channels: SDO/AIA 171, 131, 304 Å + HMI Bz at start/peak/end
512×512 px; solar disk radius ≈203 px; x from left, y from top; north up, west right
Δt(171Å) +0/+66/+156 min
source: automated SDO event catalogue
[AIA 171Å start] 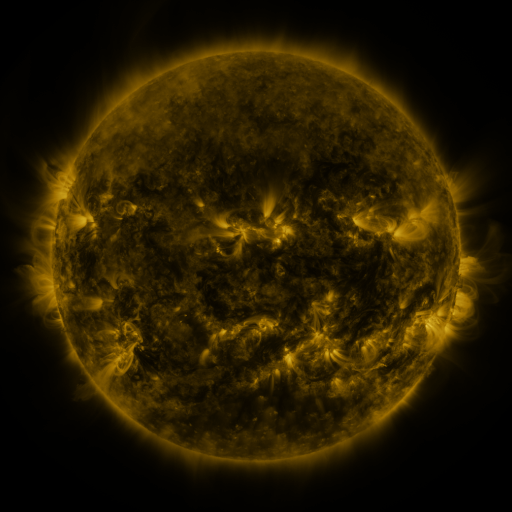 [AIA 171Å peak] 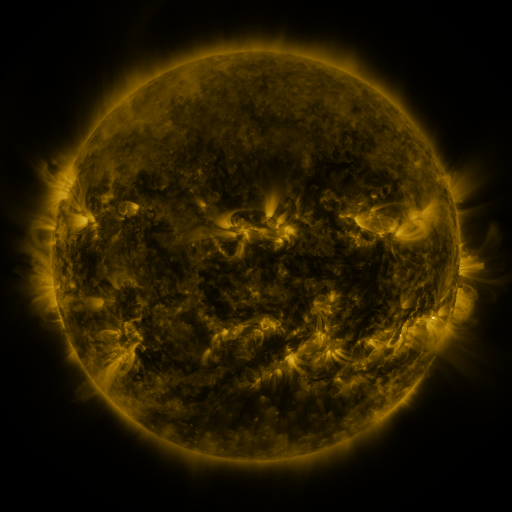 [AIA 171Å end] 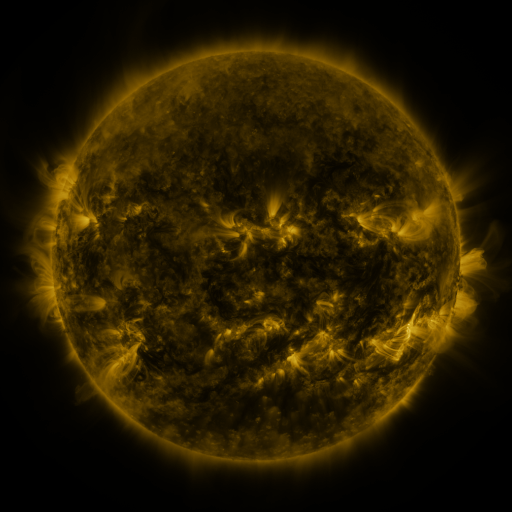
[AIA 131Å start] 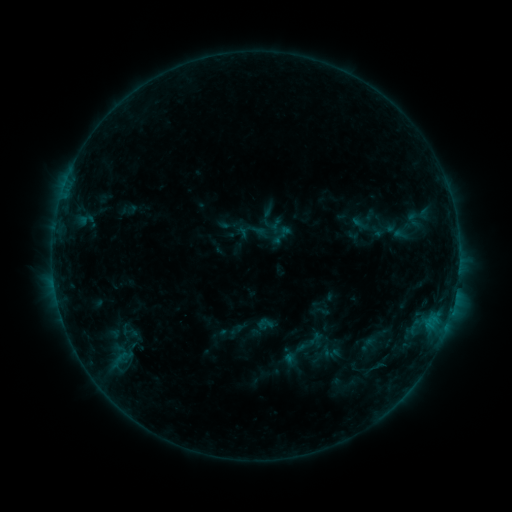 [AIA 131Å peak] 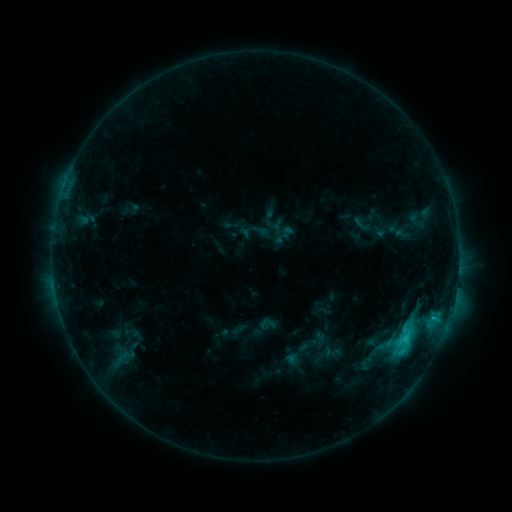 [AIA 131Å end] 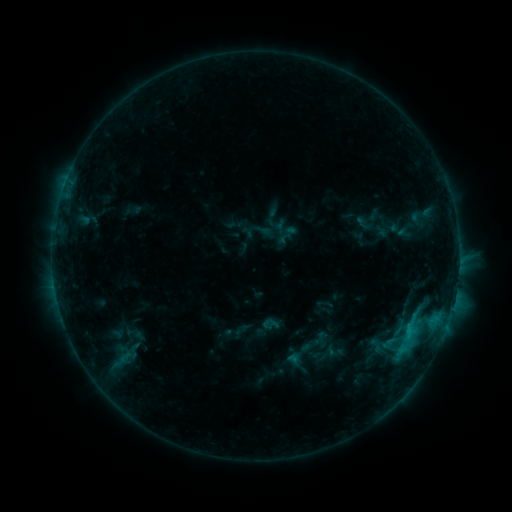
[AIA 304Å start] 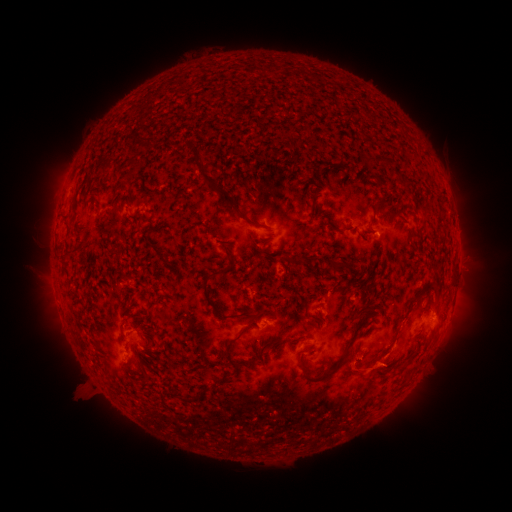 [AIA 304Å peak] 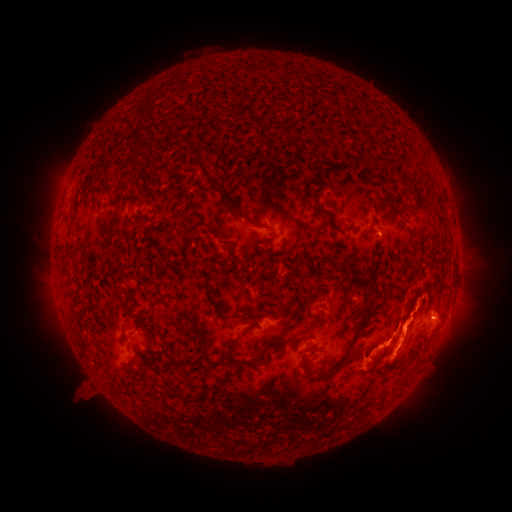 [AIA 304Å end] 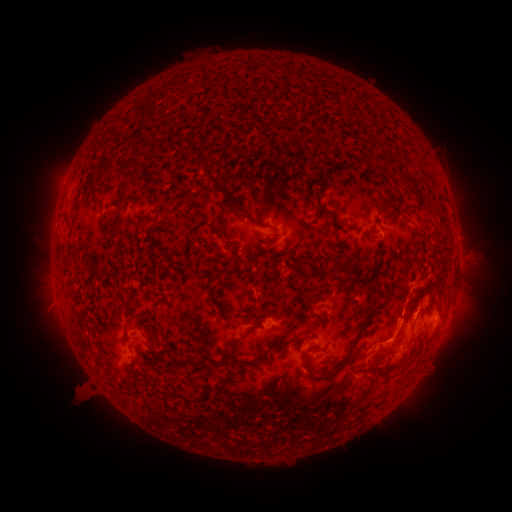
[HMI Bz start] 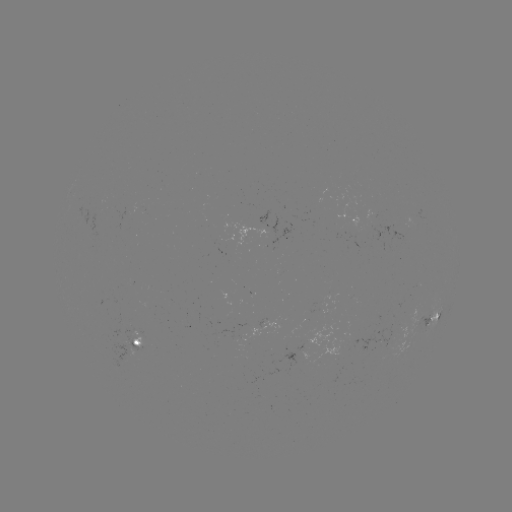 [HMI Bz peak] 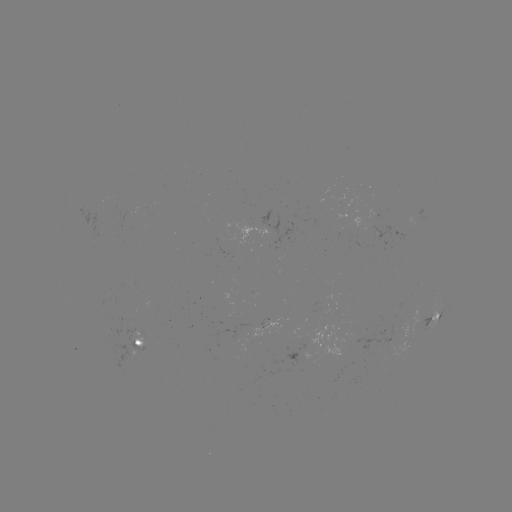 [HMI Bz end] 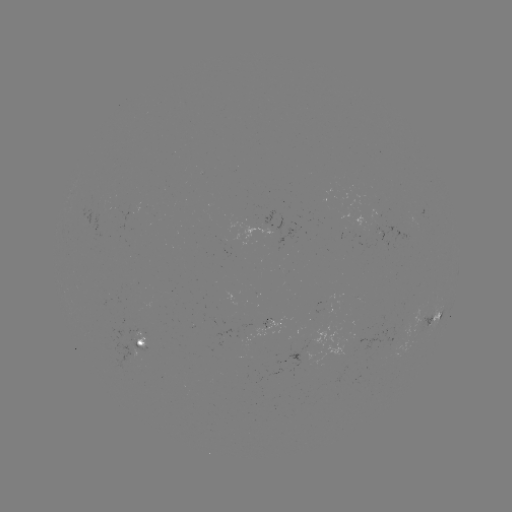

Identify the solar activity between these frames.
C3.0 flare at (404, 338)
